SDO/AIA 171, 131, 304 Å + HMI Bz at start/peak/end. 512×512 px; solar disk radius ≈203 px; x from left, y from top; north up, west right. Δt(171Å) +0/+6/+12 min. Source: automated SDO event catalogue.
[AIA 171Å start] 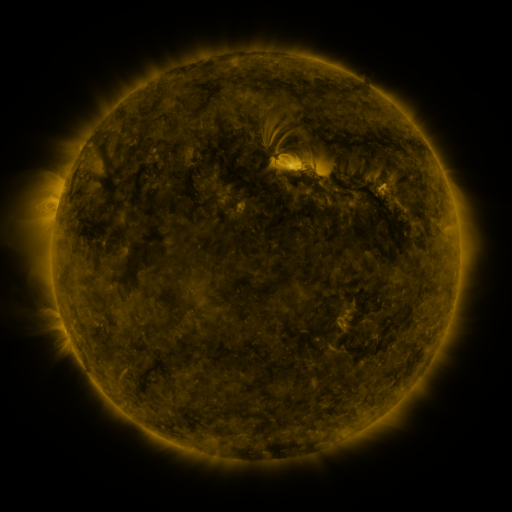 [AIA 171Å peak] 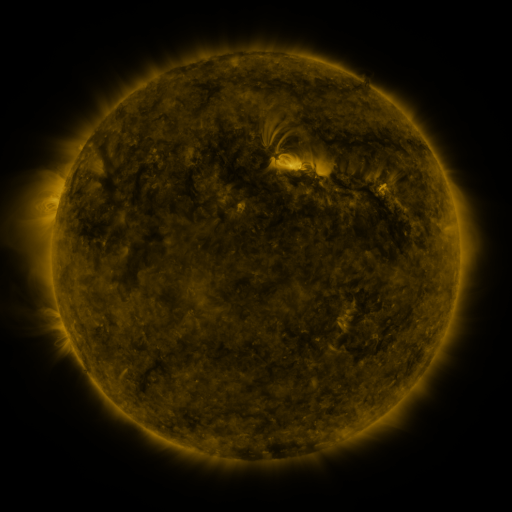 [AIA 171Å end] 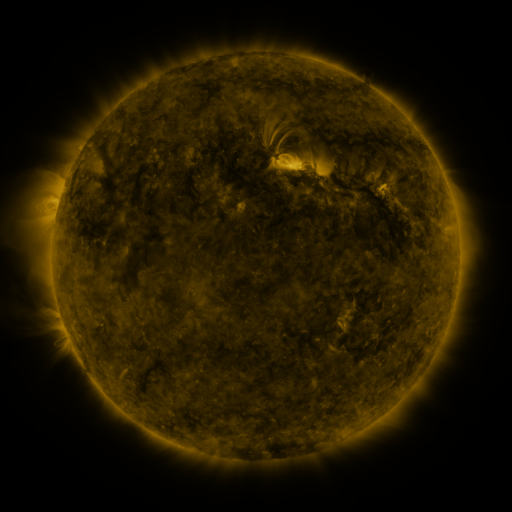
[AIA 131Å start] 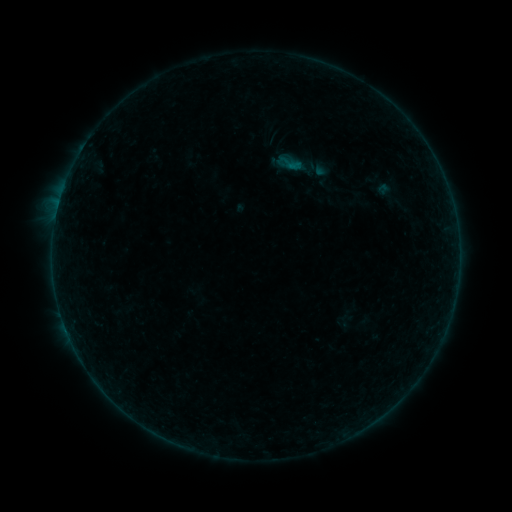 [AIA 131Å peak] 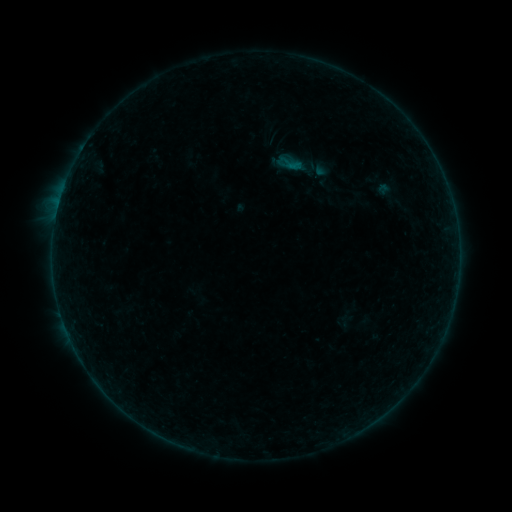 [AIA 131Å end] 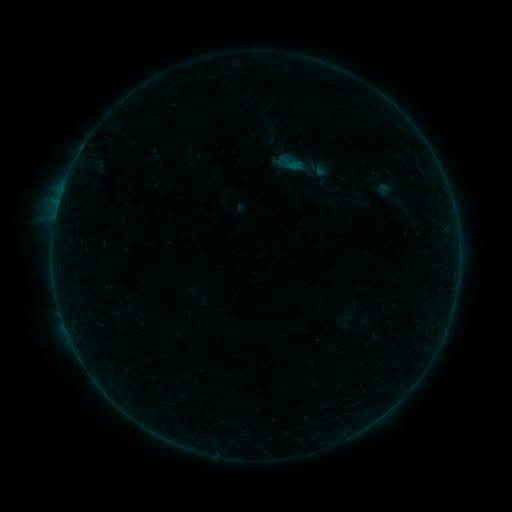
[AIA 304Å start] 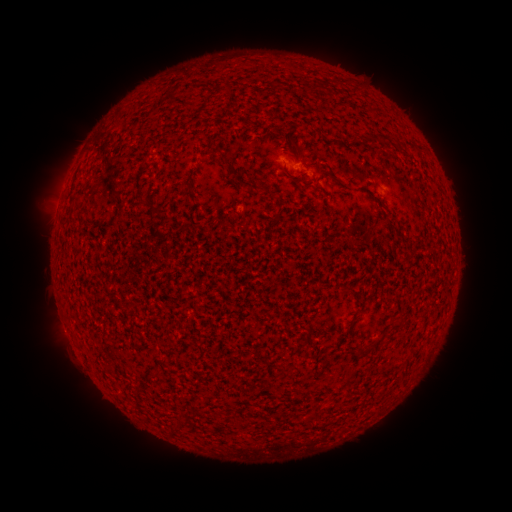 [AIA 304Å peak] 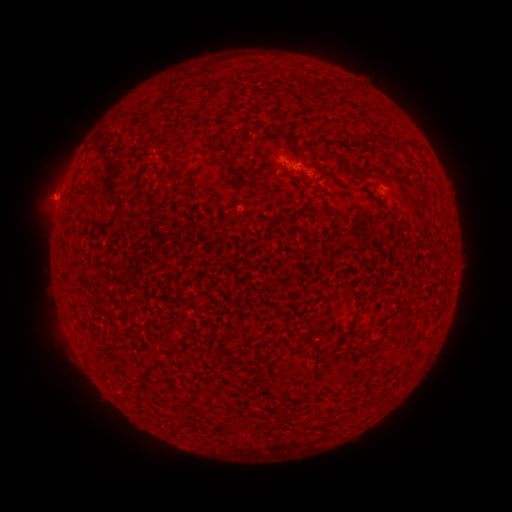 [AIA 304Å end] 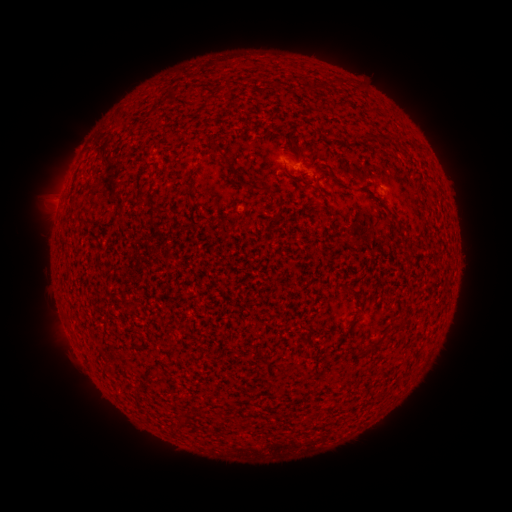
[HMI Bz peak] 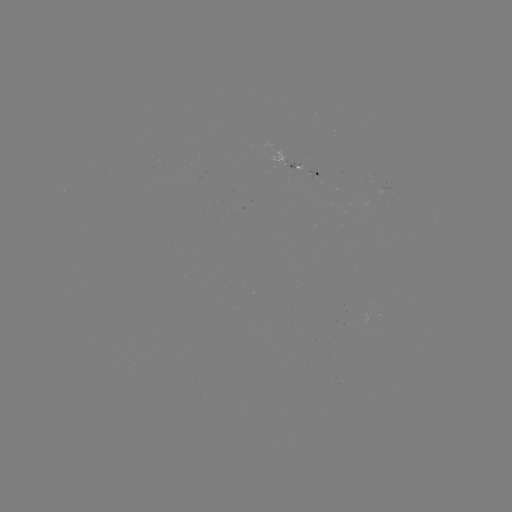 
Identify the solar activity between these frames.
eruption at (45, 189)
